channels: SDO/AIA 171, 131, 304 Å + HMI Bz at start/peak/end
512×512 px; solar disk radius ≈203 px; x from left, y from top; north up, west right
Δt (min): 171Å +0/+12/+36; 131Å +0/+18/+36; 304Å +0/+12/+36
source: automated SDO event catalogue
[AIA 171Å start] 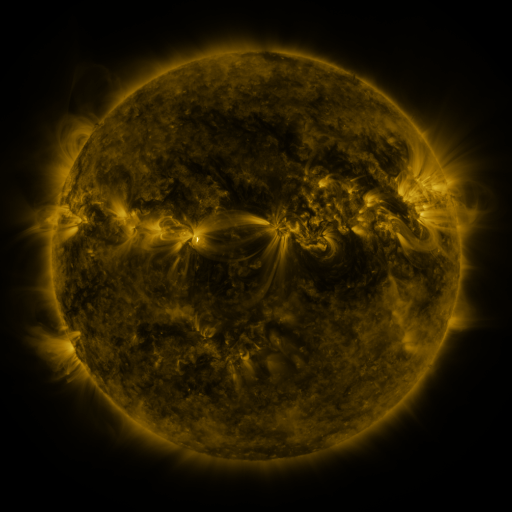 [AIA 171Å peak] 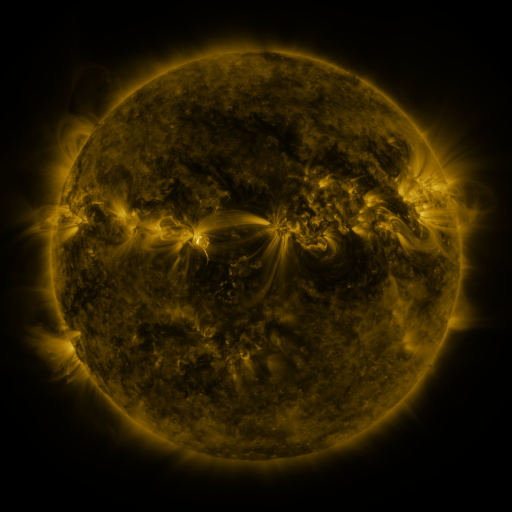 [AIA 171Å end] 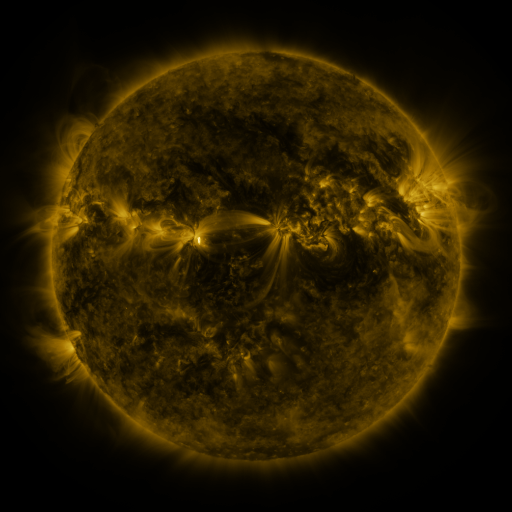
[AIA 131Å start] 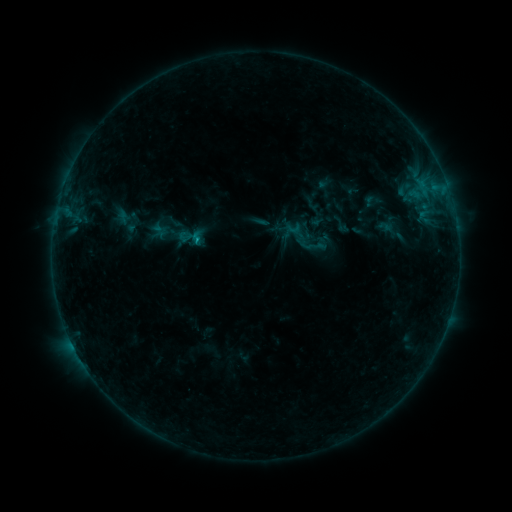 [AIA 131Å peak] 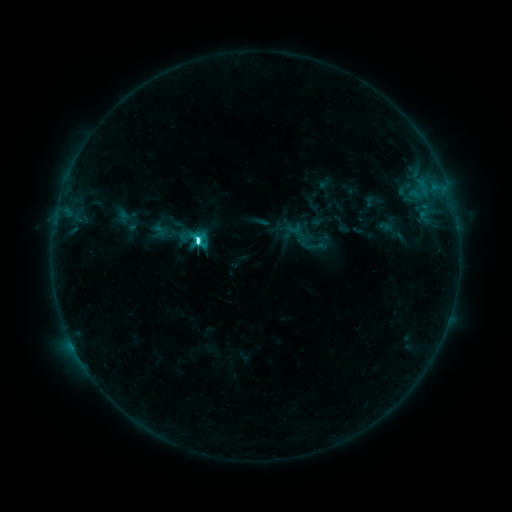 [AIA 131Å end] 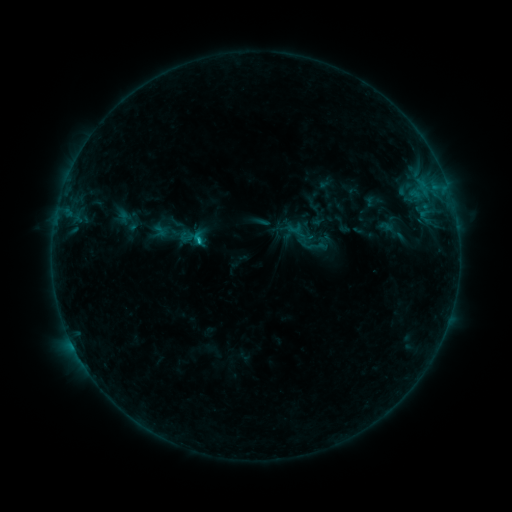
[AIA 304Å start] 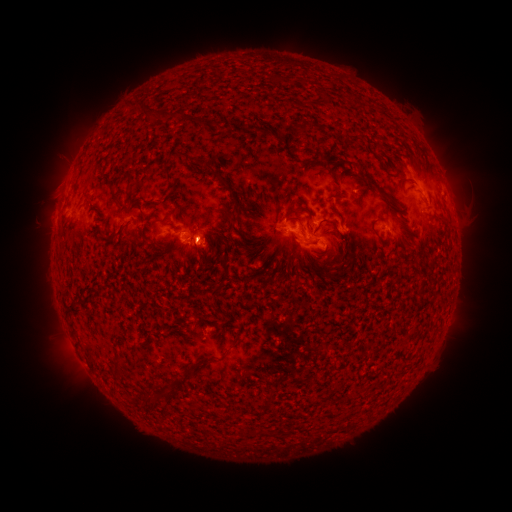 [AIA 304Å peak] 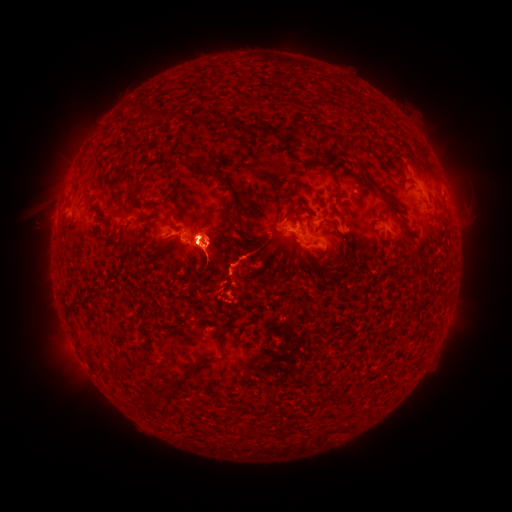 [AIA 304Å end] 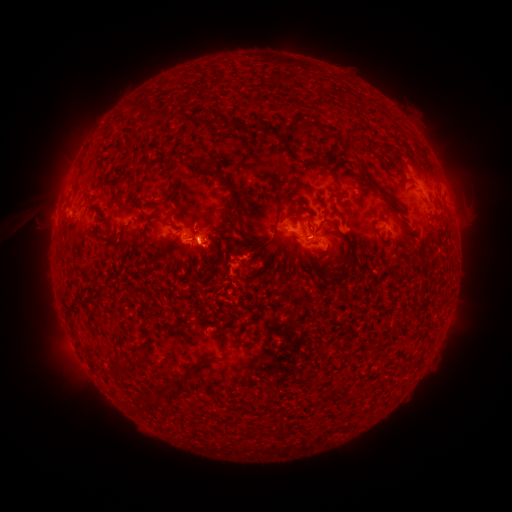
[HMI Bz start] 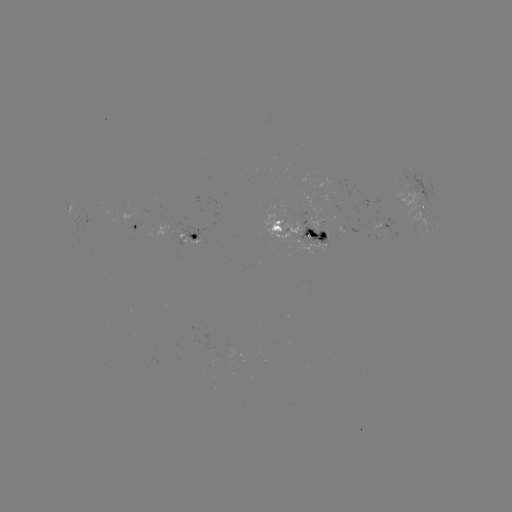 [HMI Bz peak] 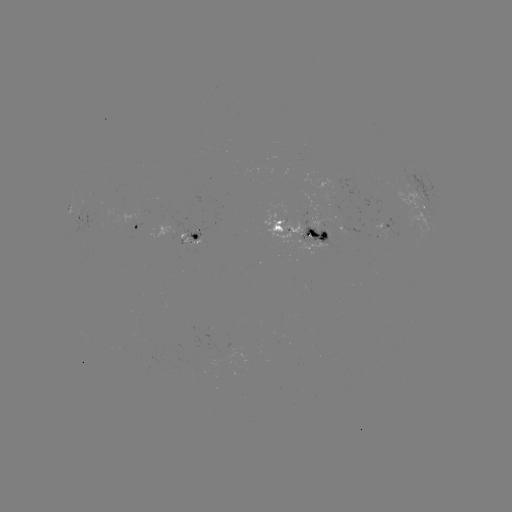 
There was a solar flare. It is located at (200, 243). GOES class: C5.6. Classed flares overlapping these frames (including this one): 1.